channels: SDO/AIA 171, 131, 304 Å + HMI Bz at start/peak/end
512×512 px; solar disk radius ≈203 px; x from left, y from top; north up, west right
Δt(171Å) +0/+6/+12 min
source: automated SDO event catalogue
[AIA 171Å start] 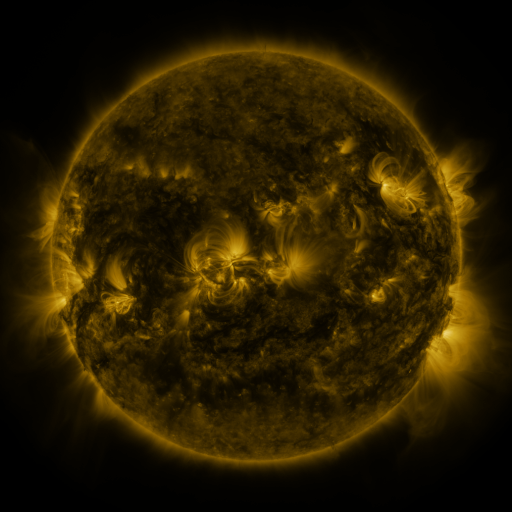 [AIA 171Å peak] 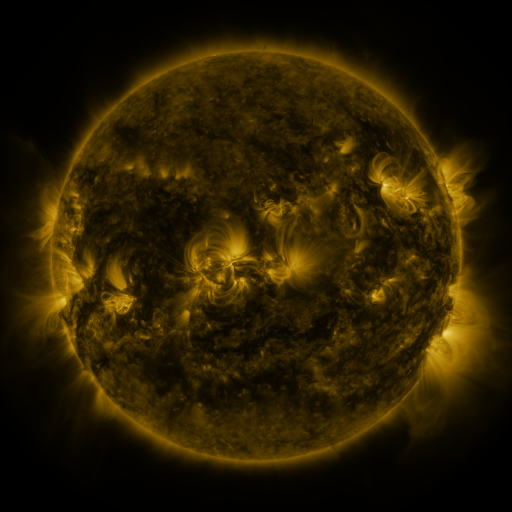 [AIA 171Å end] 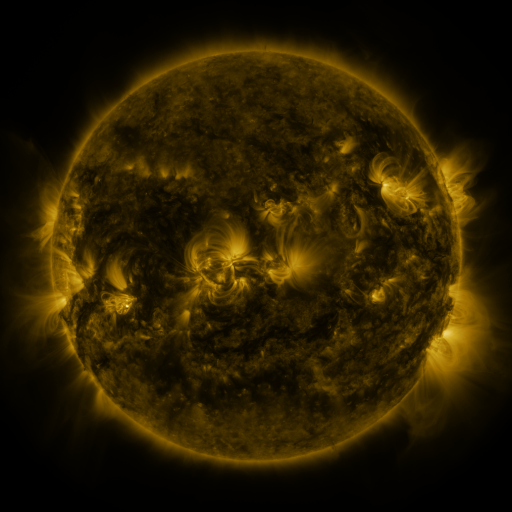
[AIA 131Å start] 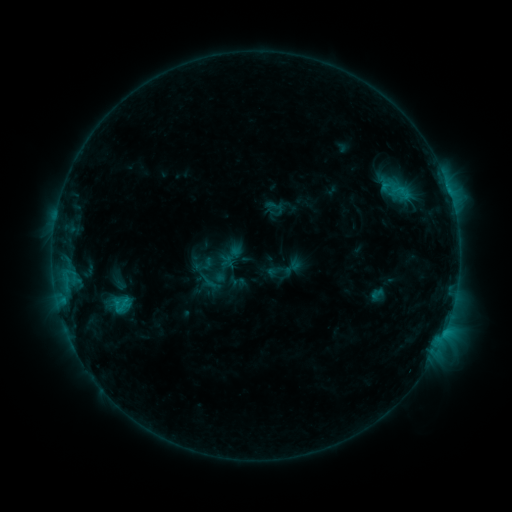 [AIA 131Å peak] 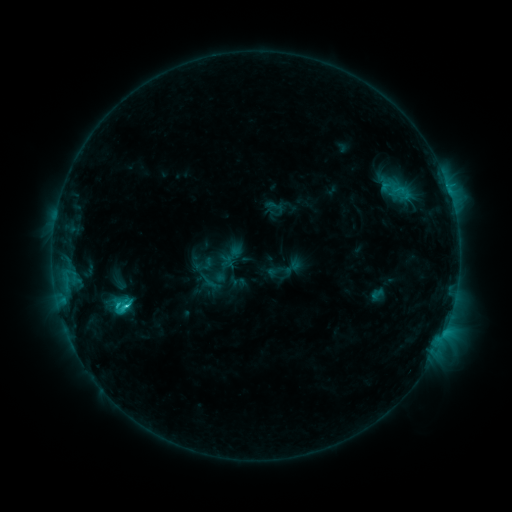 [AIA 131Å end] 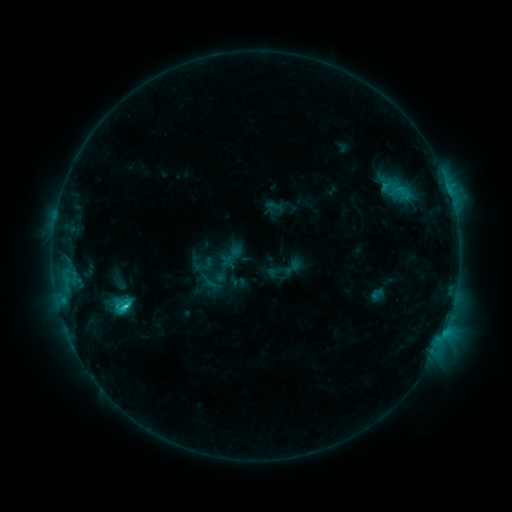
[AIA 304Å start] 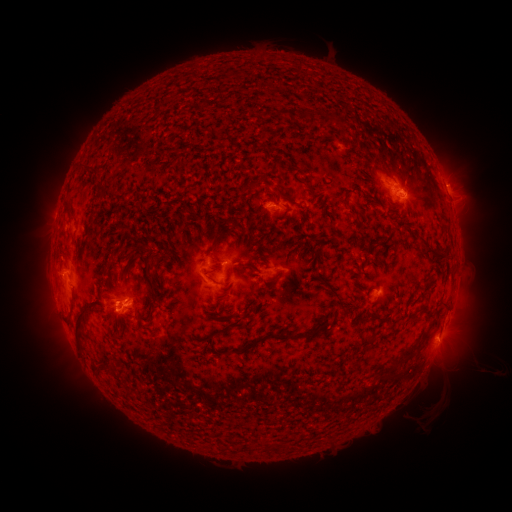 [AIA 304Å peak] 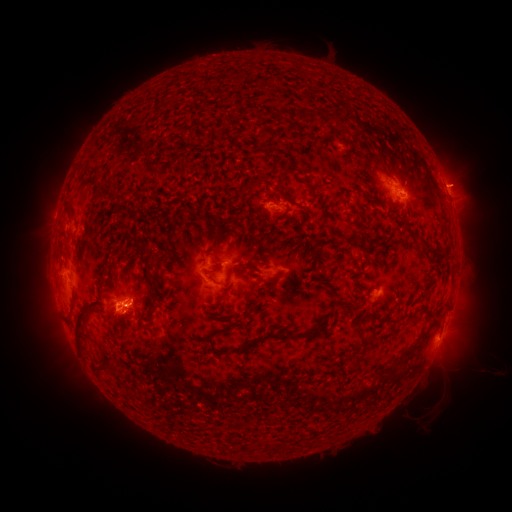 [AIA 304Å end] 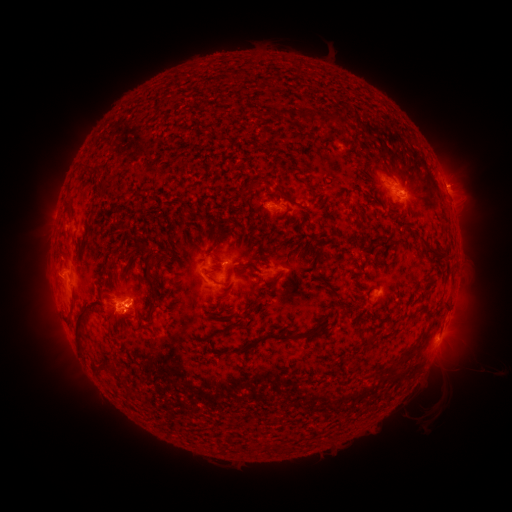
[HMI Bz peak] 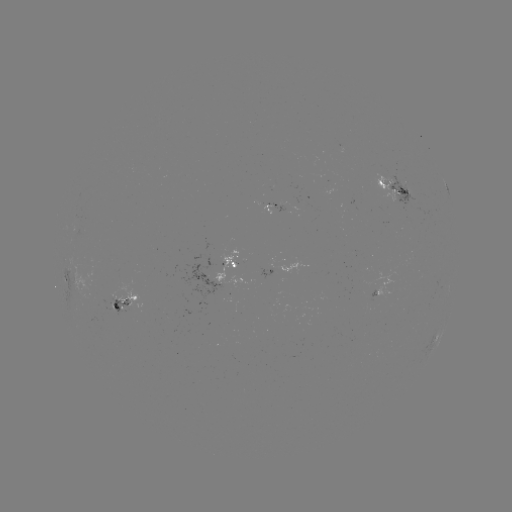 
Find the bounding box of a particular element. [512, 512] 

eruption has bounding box [429, 158, 483, 206].